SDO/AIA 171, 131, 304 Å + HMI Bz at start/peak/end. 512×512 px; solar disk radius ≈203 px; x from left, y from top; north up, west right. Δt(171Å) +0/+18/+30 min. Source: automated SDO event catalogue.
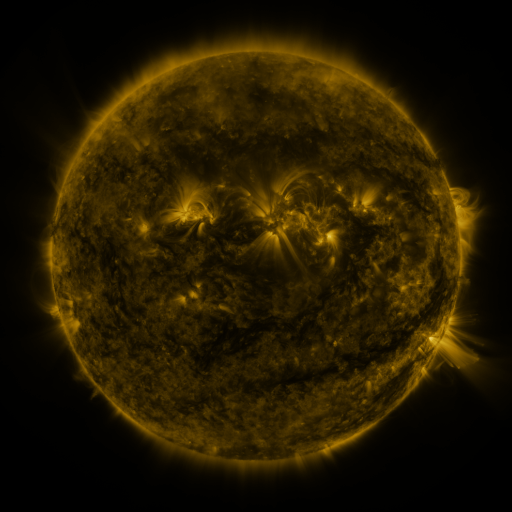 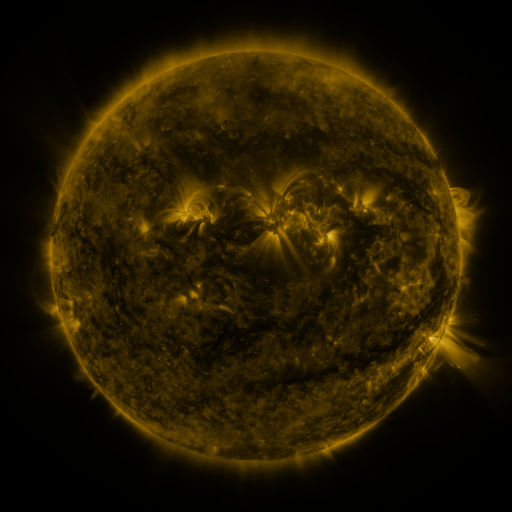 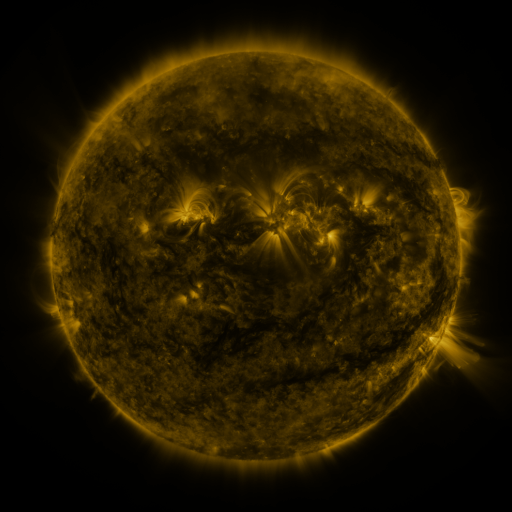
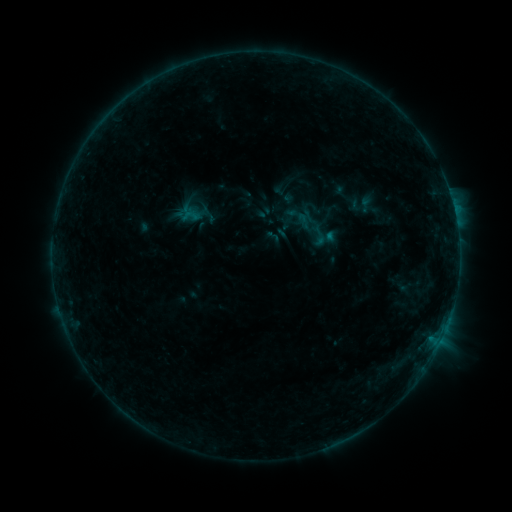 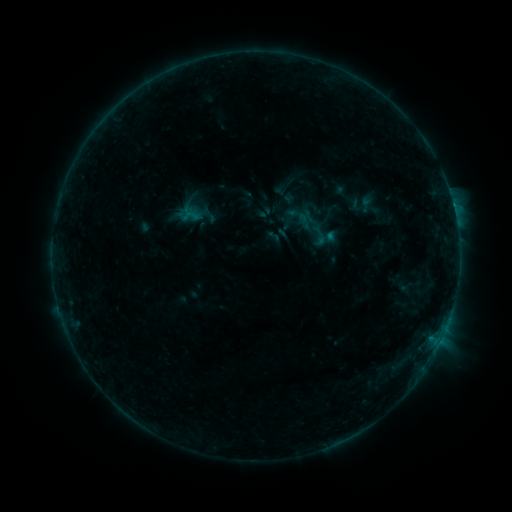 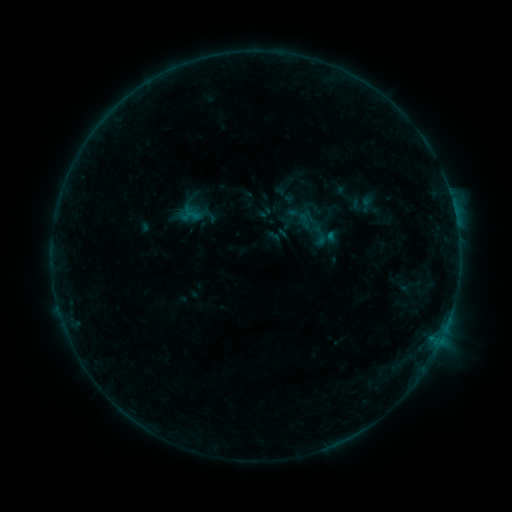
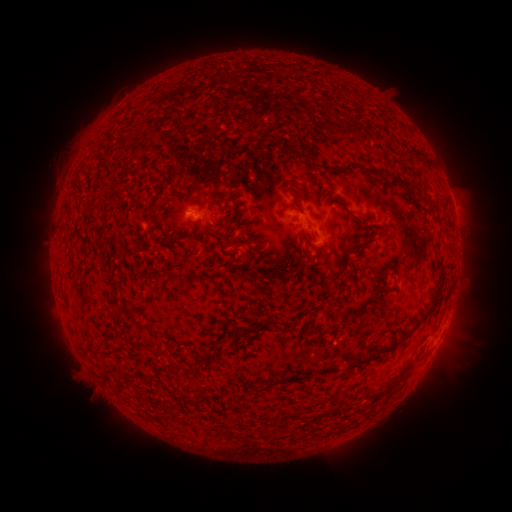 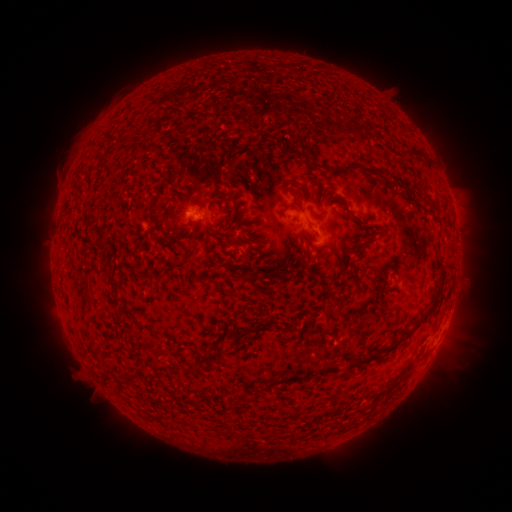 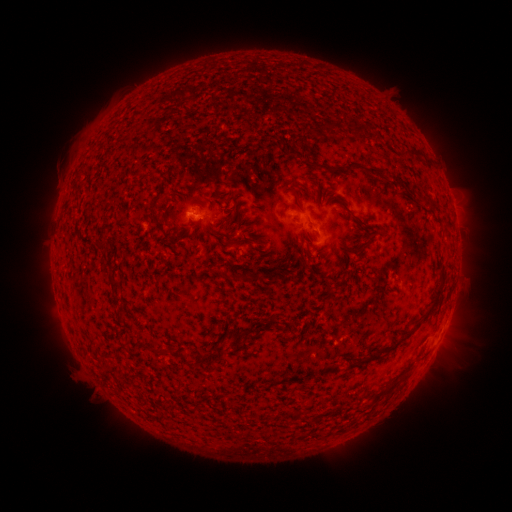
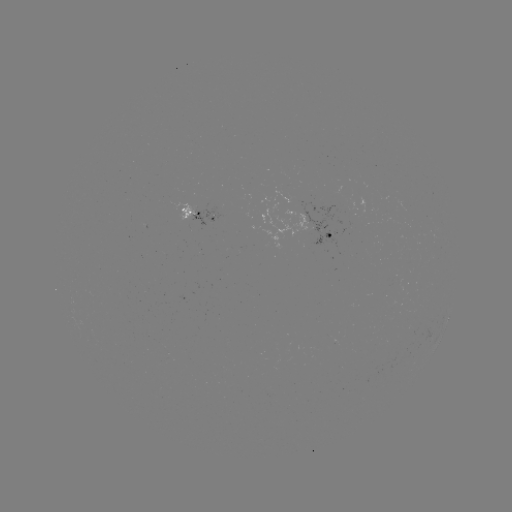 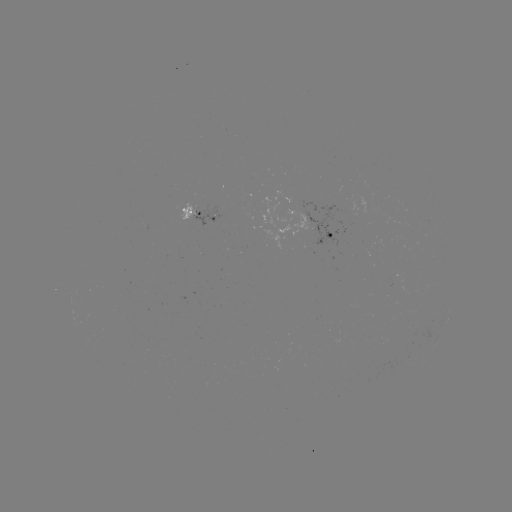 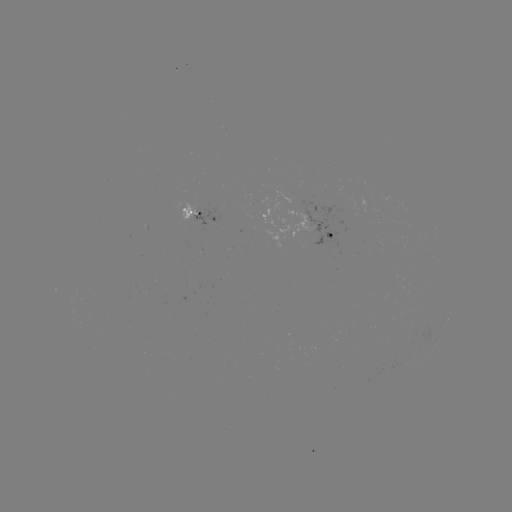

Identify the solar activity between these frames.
B4.5 flare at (303, 219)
